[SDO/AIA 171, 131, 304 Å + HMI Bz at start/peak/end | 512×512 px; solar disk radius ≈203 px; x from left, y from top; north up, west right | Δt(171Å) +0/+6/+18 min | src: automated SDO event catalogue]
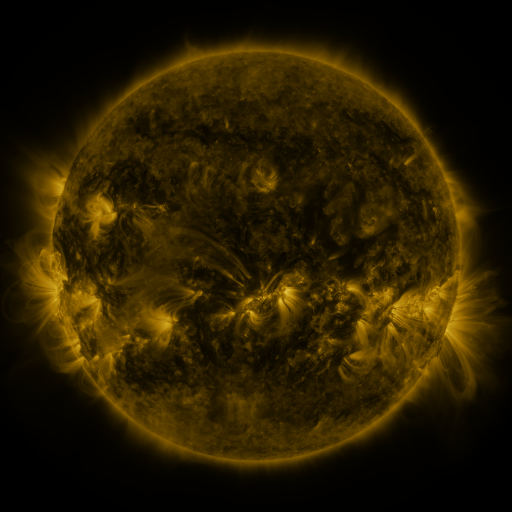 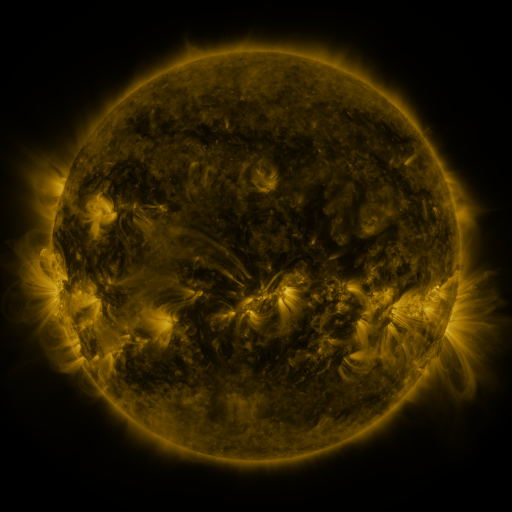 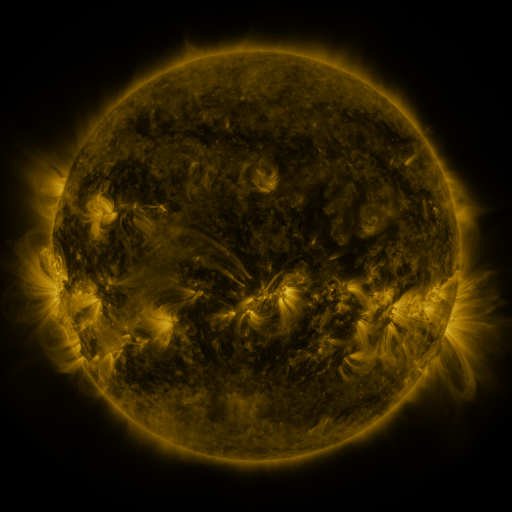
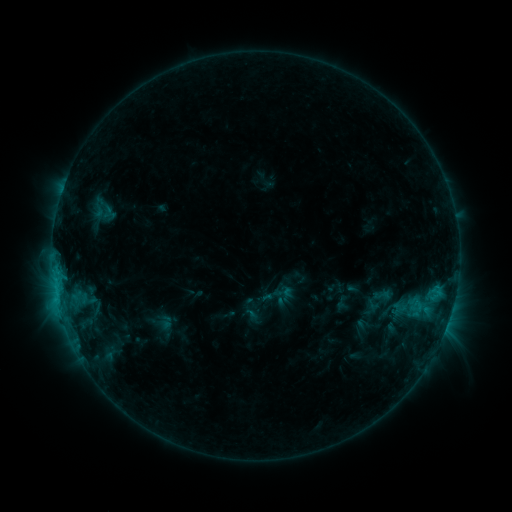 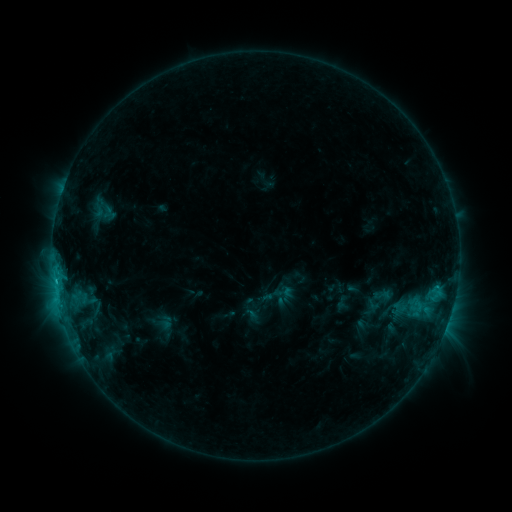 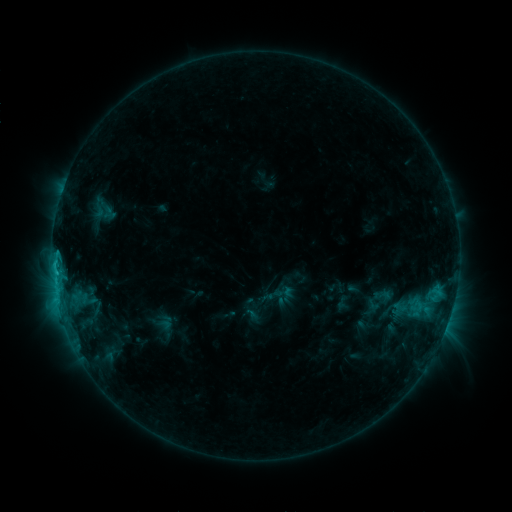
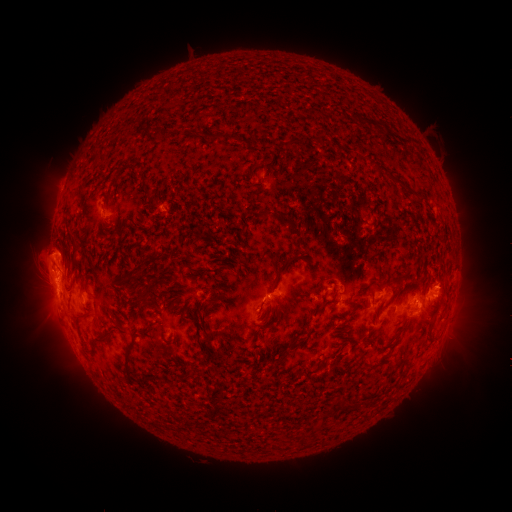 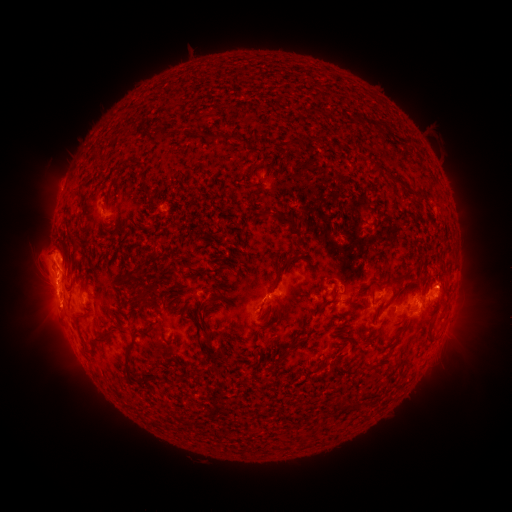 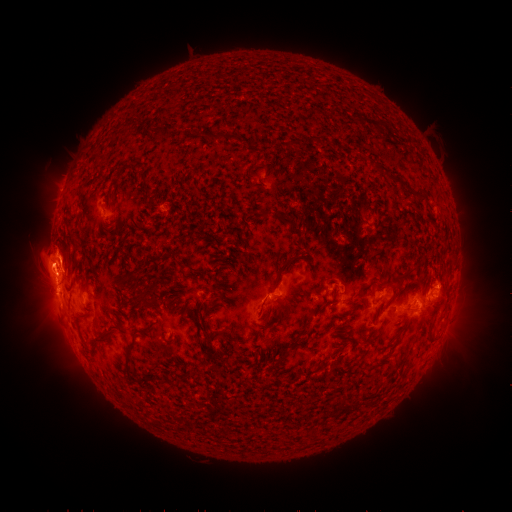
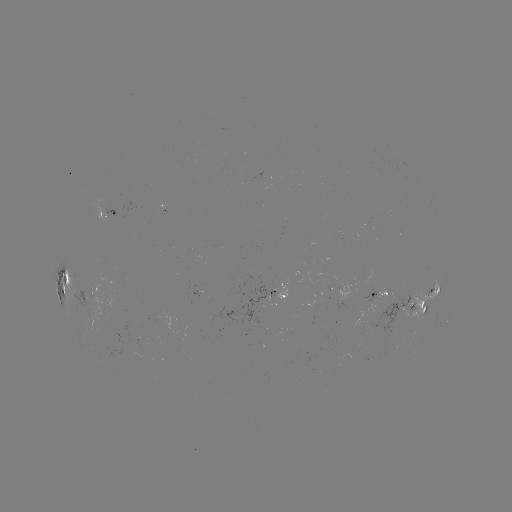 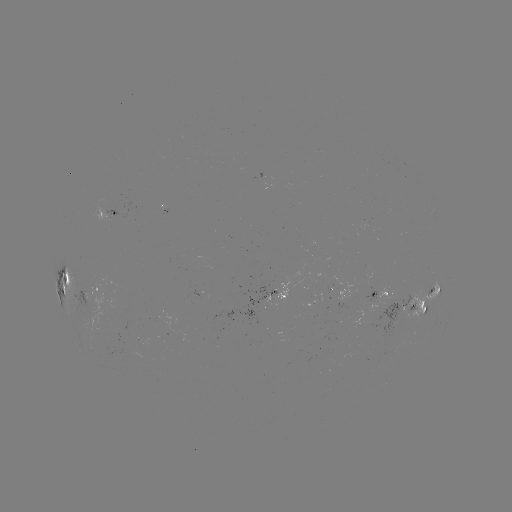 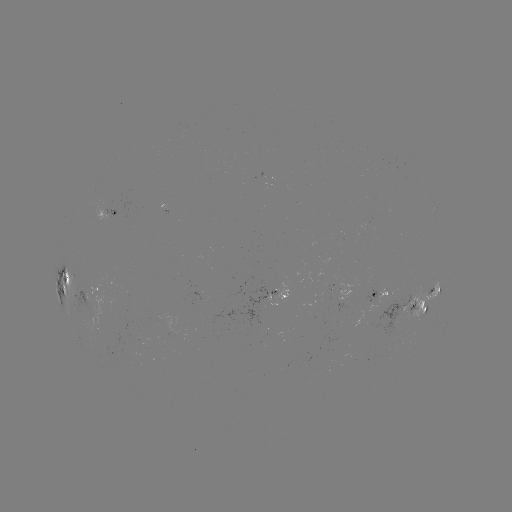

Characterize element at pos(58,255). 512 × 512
eruption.